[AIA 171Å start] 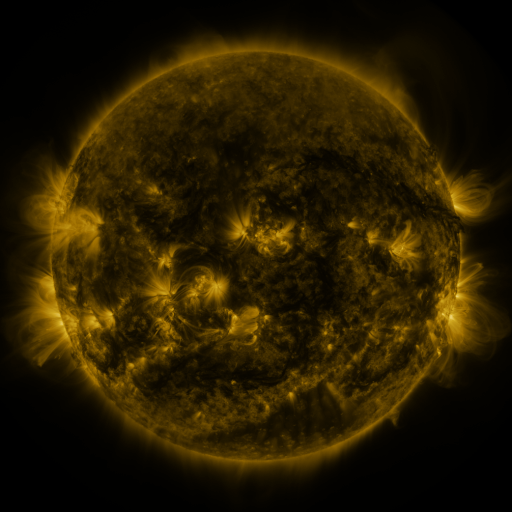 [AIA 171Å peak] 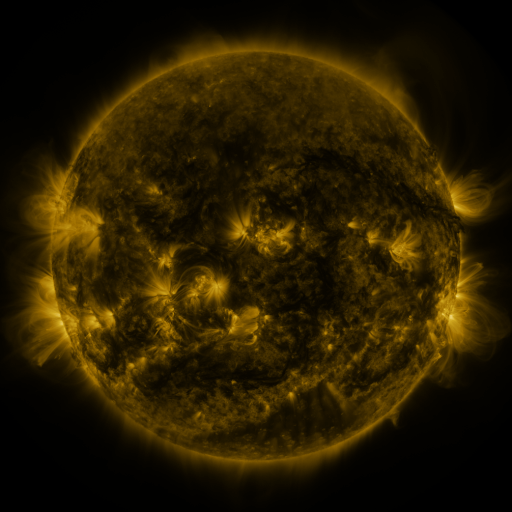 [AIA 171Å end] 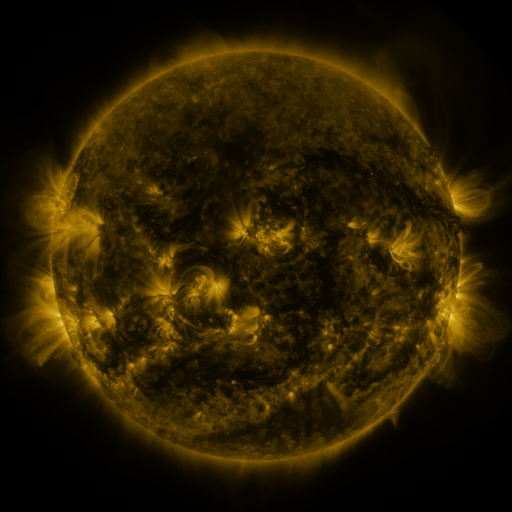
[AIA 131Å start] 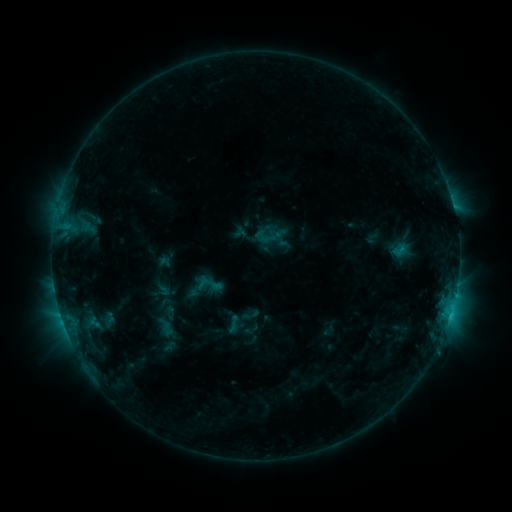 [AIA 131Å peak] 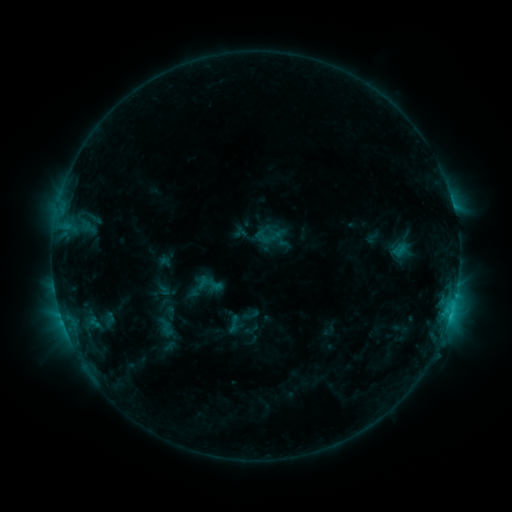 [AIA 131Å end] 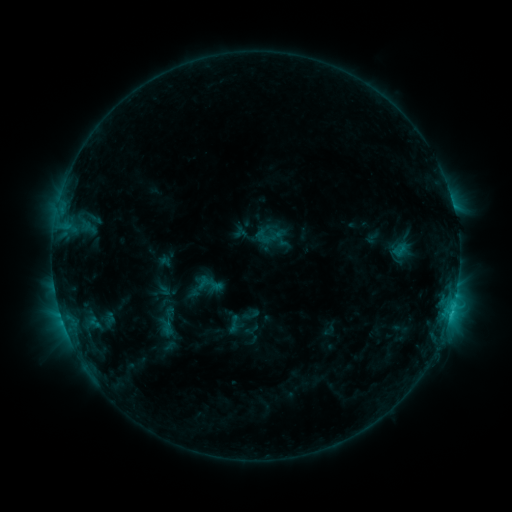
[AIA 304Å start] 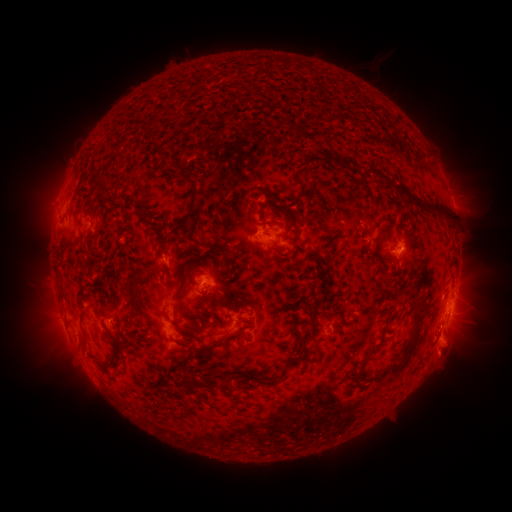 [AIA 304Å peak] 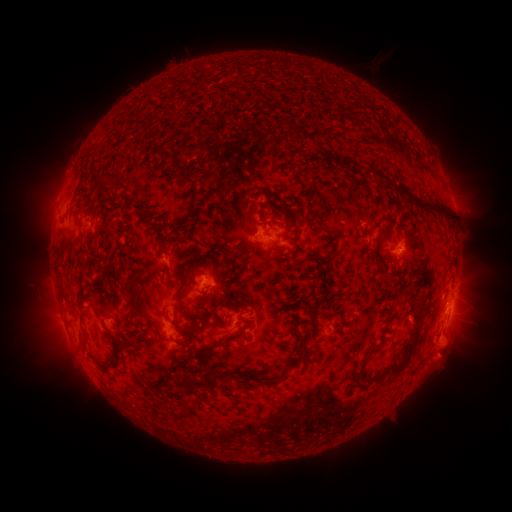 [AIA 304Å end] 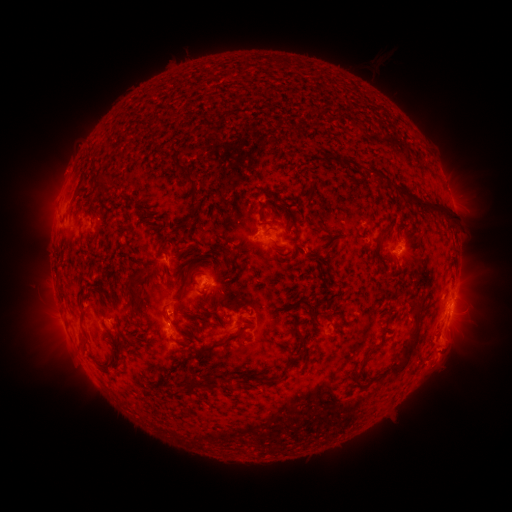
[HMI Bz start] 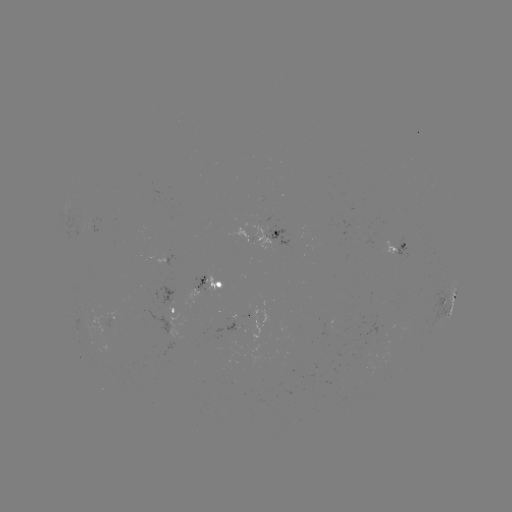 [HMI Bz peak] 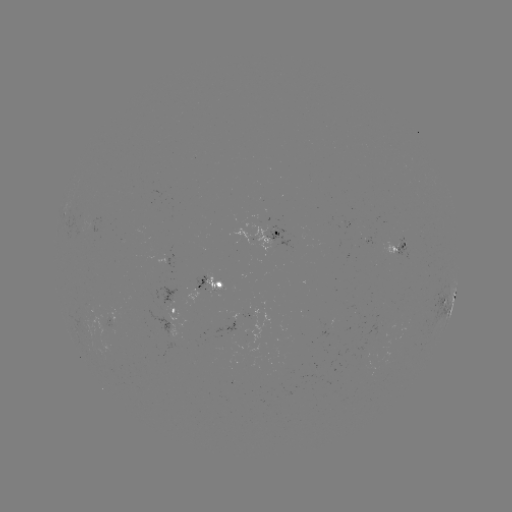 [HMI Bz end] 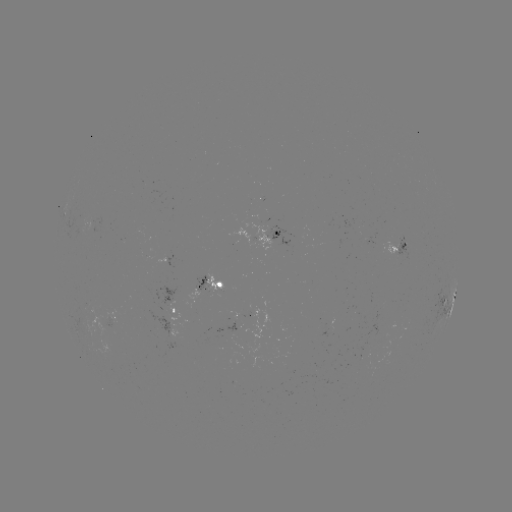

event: eruption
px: (443, 356)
